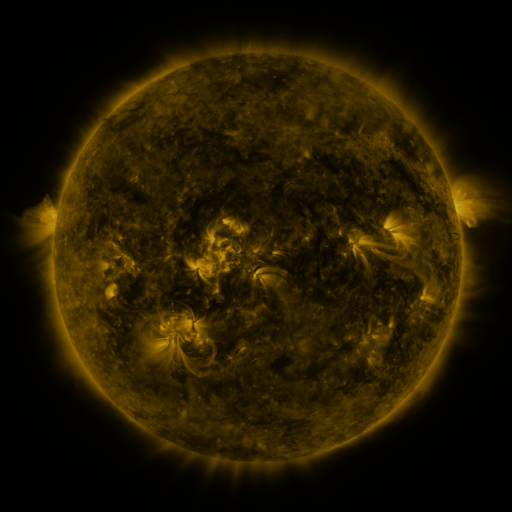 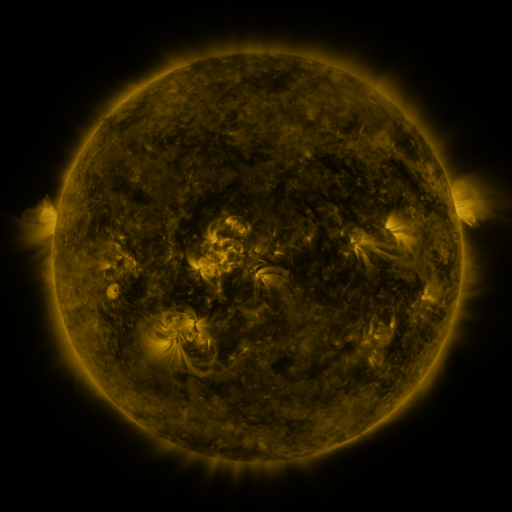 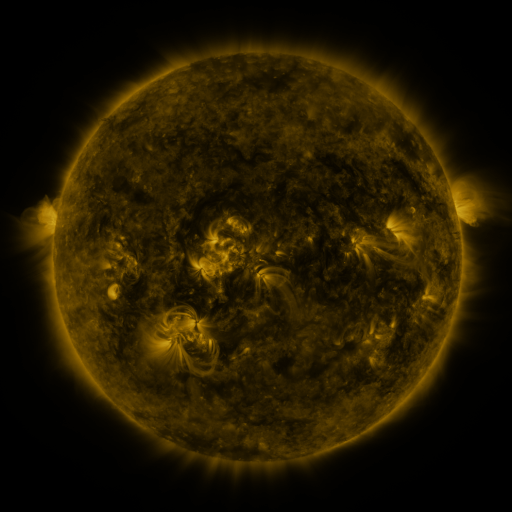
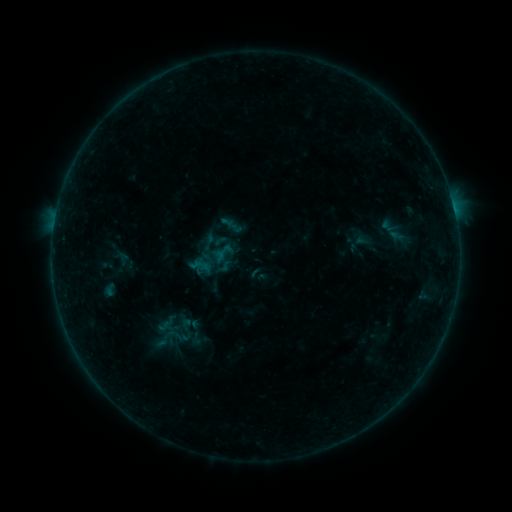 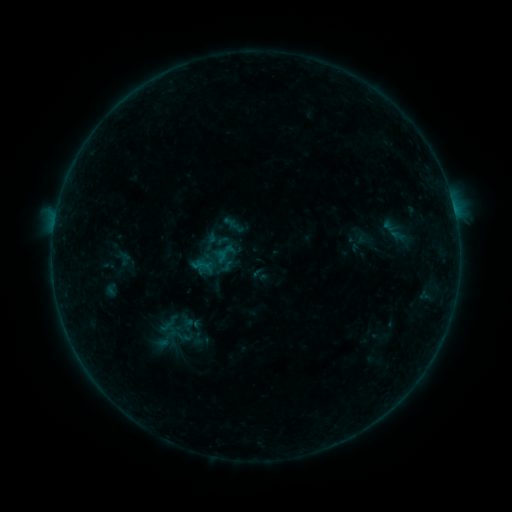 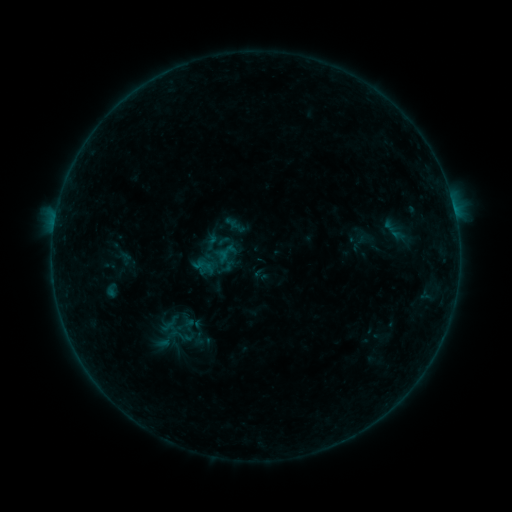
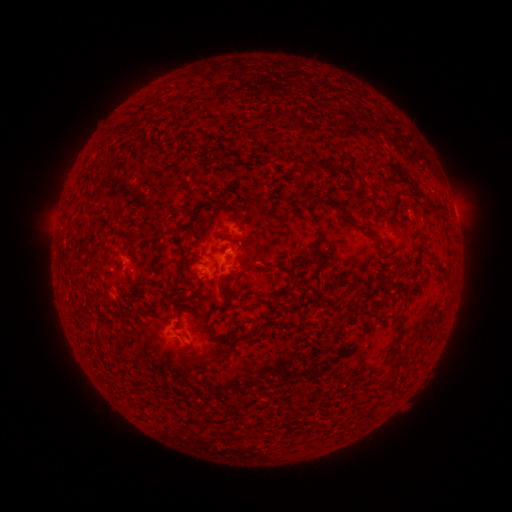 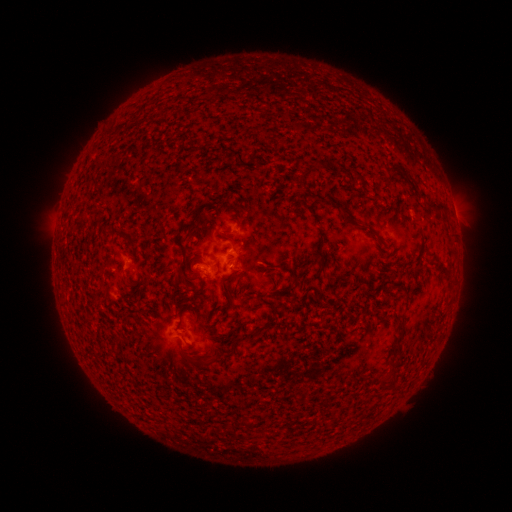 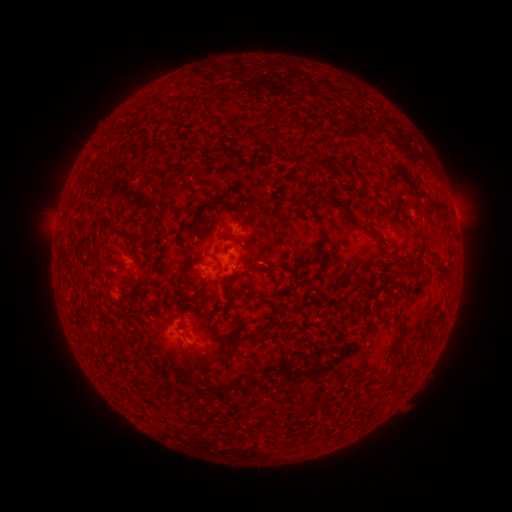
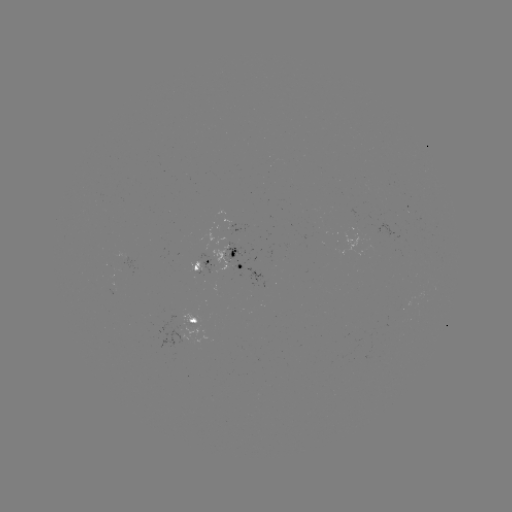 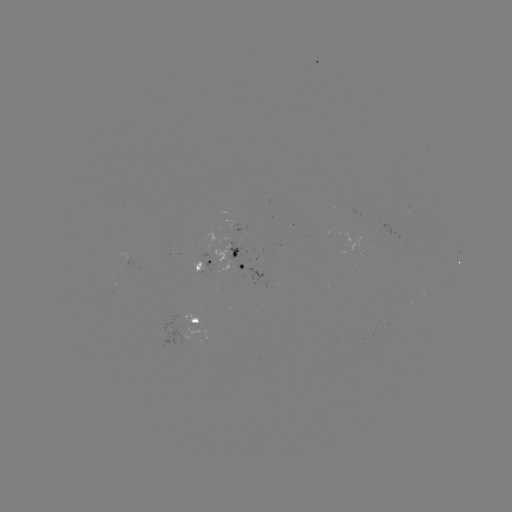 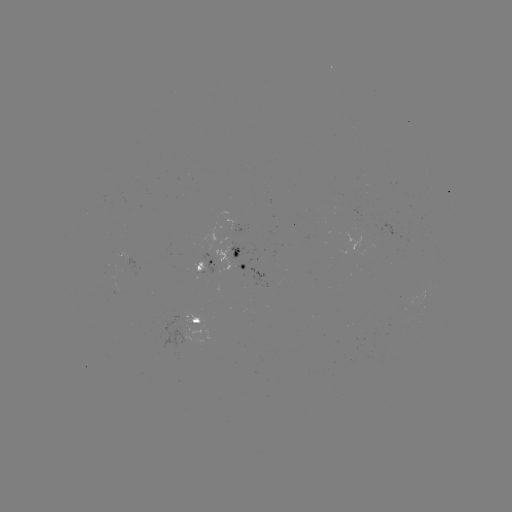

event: emerging-flux region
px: (203, 276)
